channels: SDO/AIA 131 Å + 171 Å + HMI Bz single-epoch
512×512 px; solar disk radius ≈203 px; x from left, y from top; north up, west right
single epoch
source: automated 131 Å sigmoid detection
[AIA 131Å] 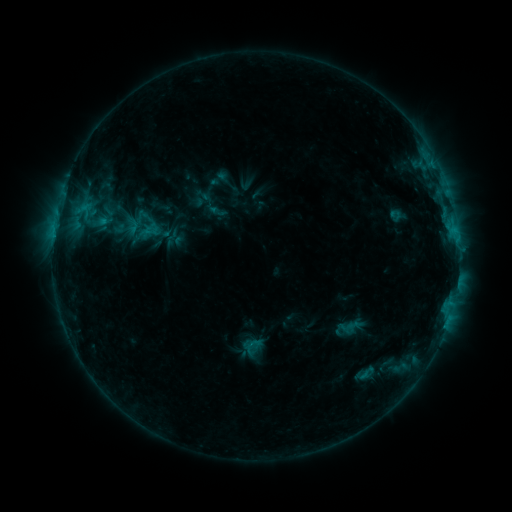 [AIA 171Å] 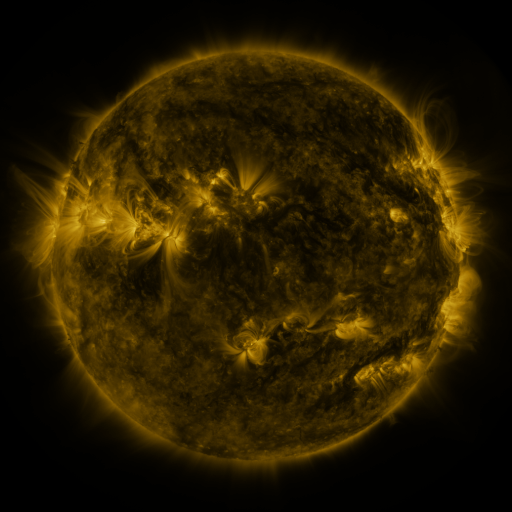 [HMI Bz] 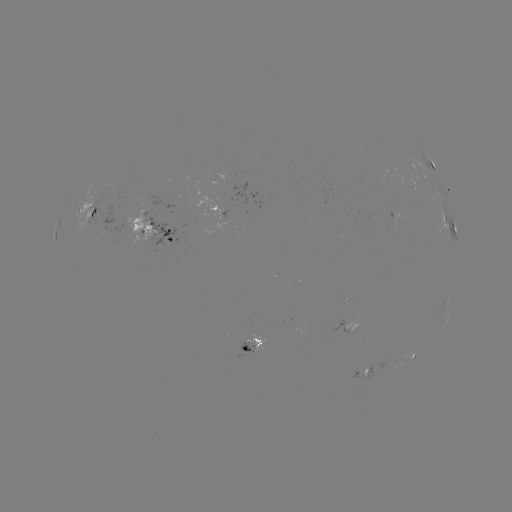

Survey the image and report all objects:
sigmoid: (132, 225)
sigmoid: (171, 238)
